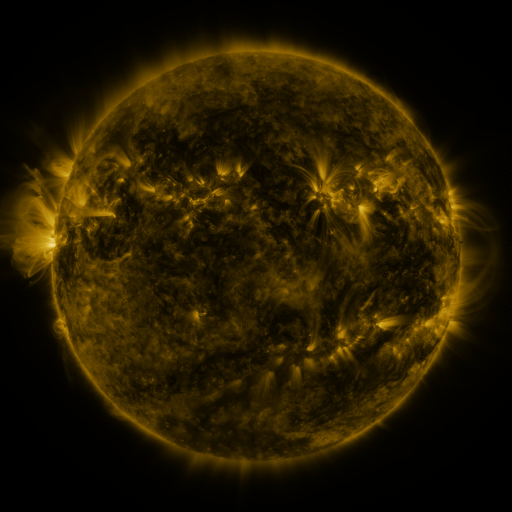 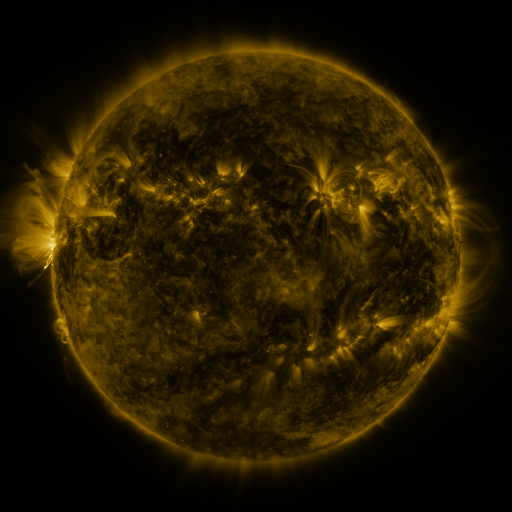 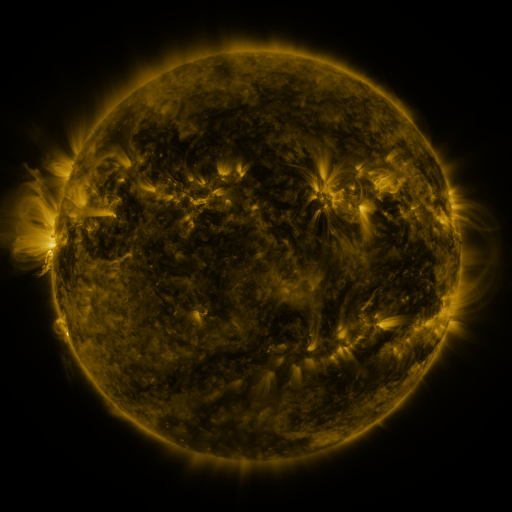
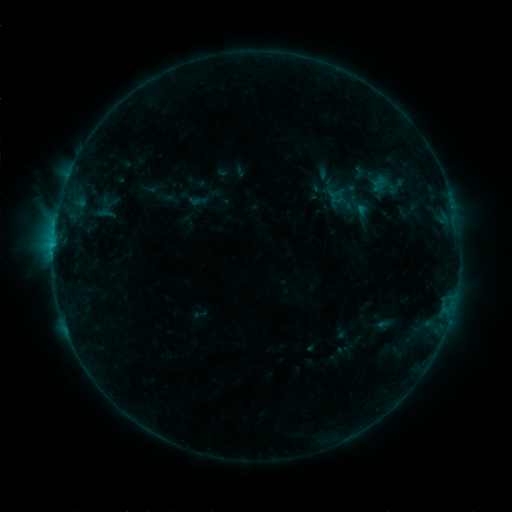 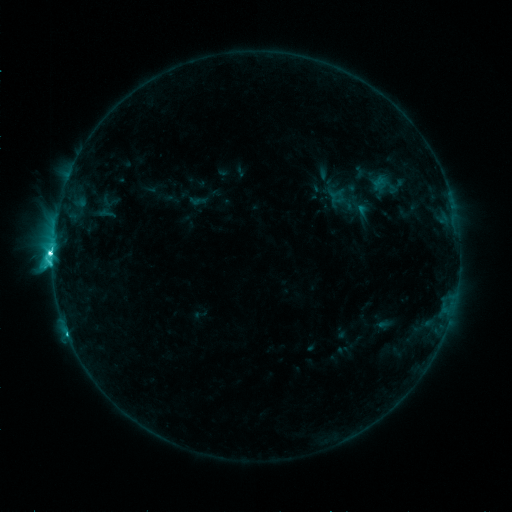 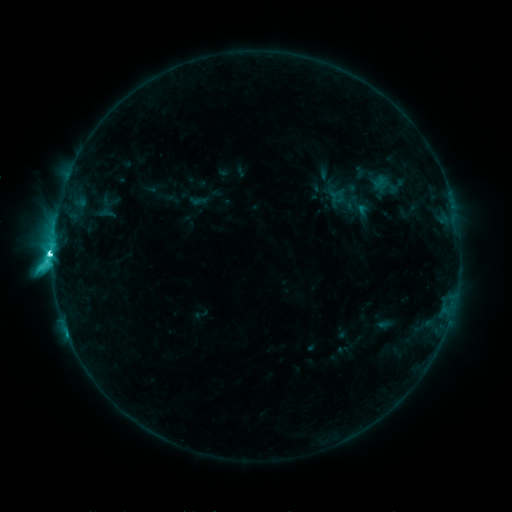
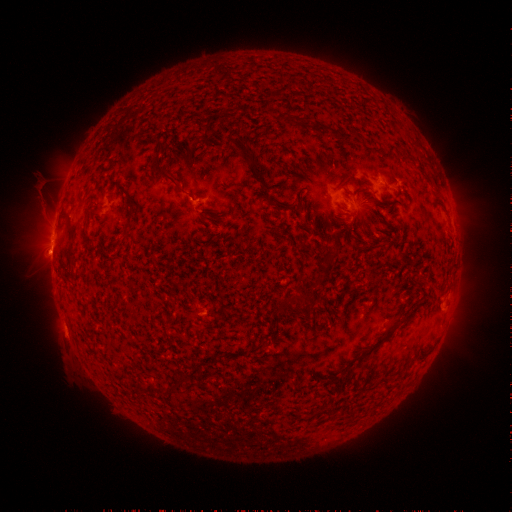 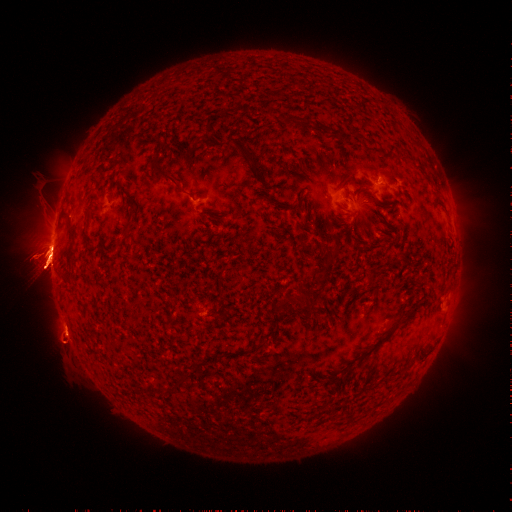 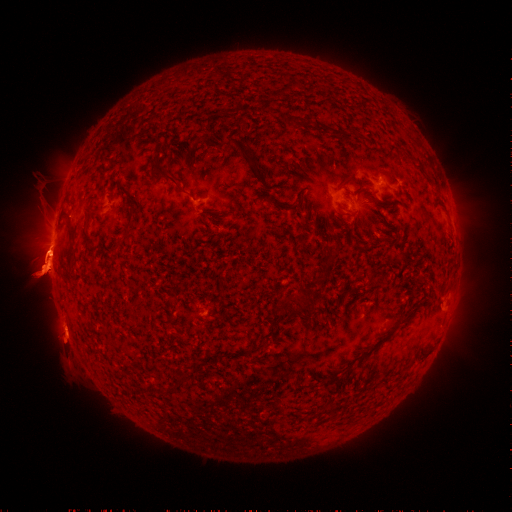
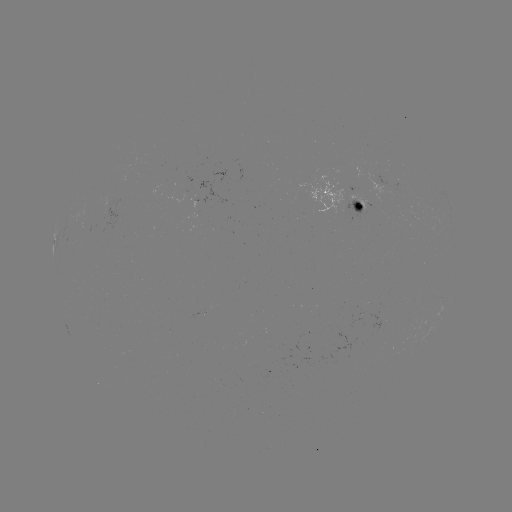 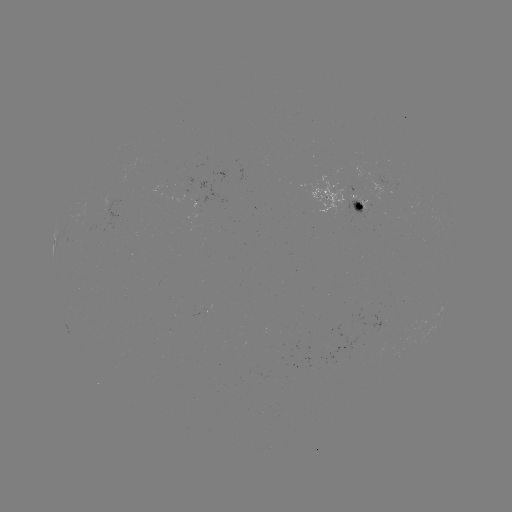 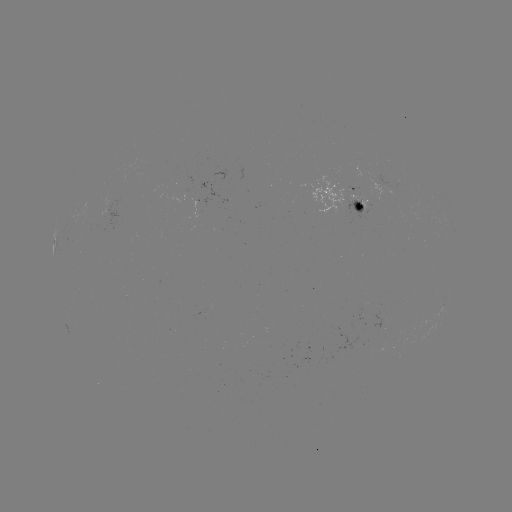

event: flare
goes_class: M1.1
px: (55, 251)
